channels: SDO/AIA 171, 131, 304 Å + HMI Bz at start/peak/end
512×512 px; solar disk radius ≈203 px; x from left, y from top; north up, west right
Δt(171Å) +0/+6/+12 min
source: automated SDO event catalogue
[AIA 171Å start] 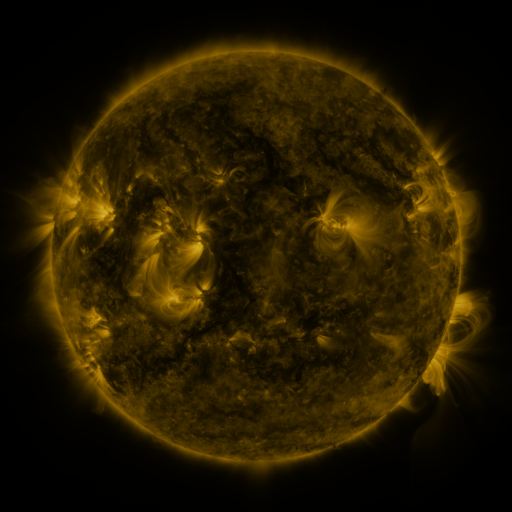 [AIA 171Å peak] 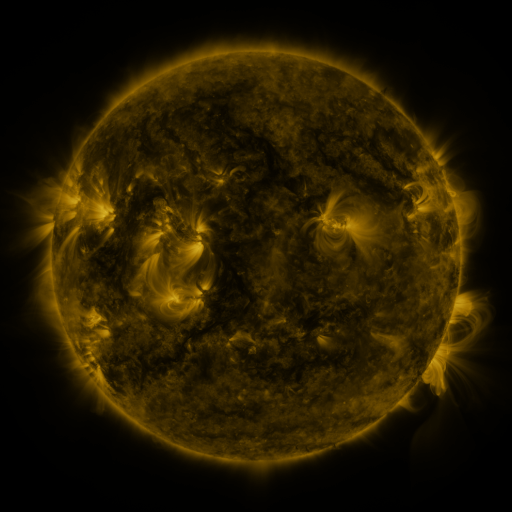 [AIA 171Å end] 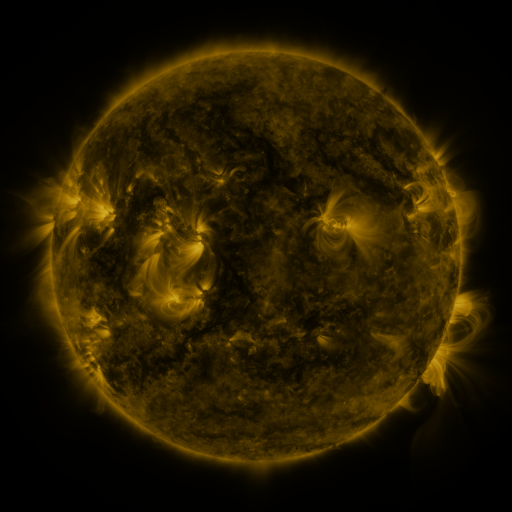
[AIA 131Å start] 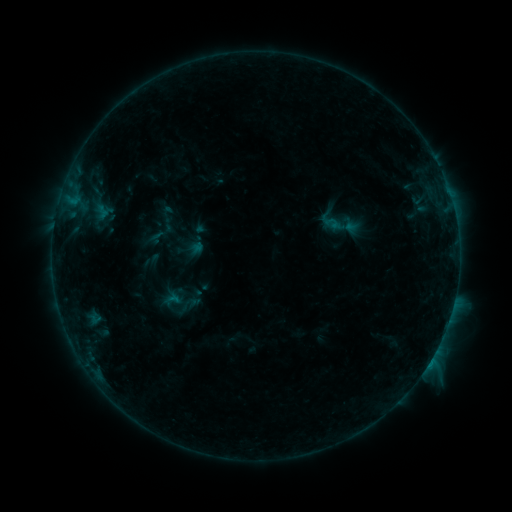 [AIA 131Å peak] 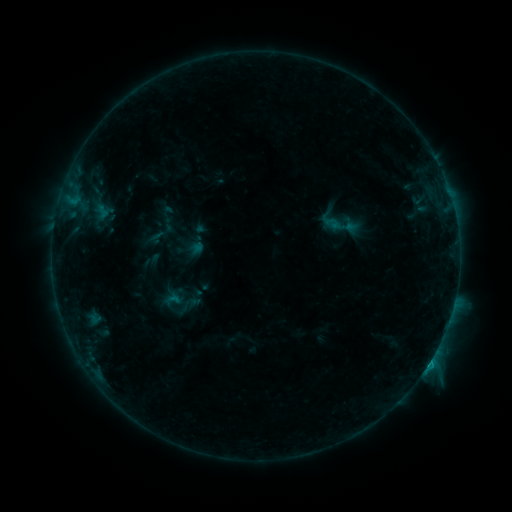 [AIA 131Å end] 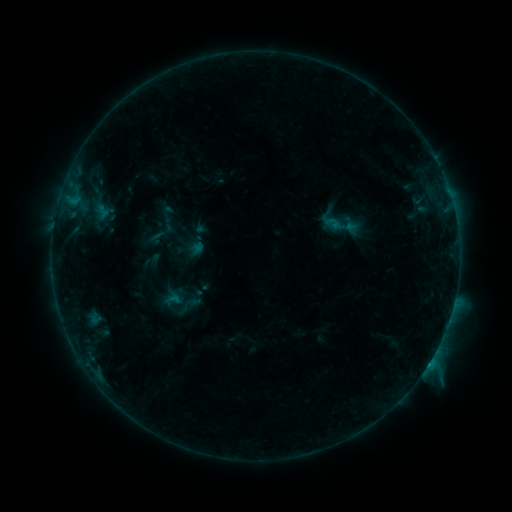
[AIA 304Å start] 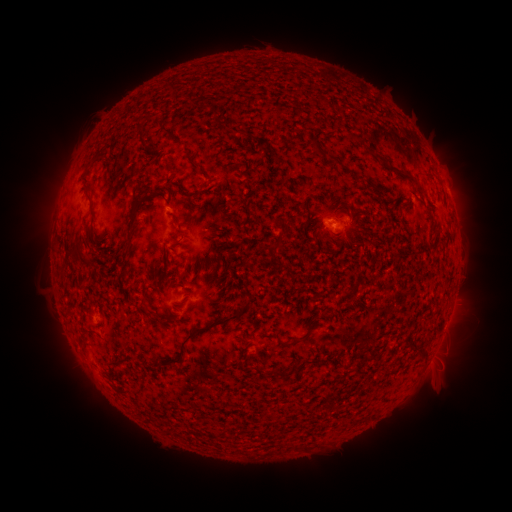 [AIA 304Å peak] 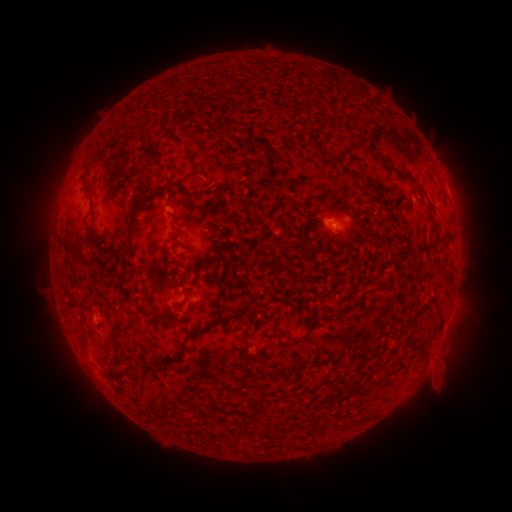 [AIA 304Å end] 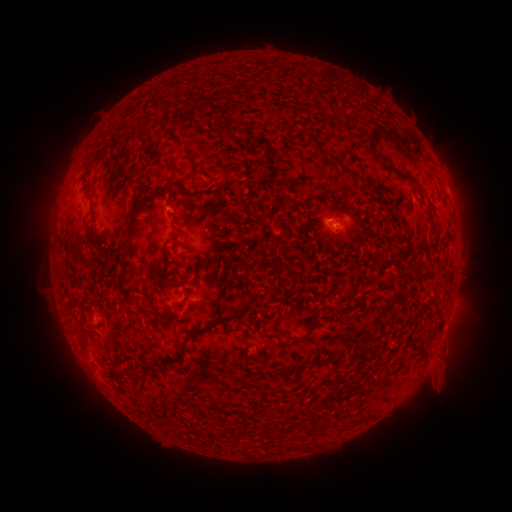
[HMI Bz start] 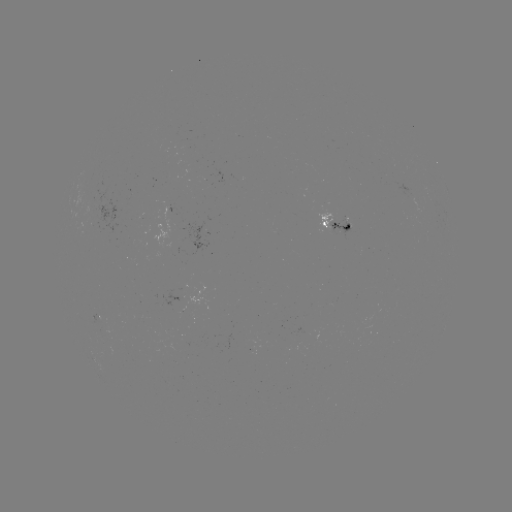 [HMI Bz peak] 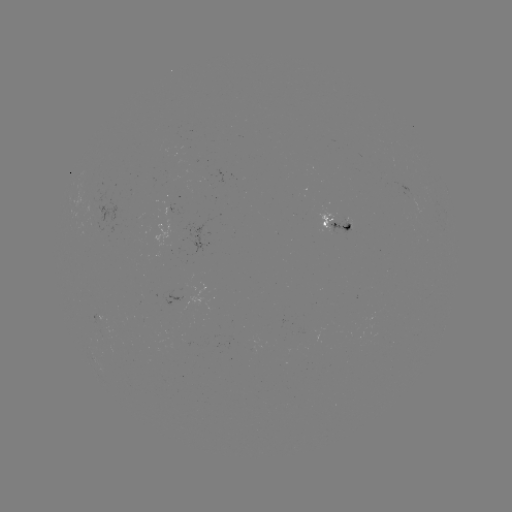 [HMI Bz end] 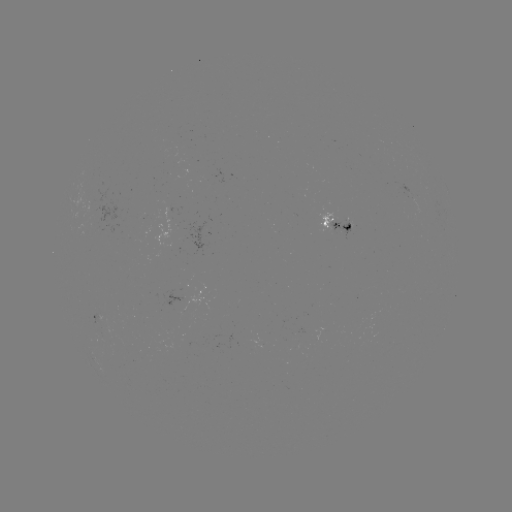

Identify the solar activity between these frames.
B8.0 flare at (428, 363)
